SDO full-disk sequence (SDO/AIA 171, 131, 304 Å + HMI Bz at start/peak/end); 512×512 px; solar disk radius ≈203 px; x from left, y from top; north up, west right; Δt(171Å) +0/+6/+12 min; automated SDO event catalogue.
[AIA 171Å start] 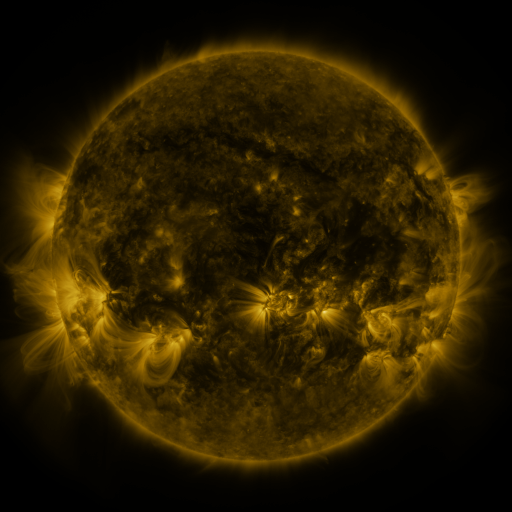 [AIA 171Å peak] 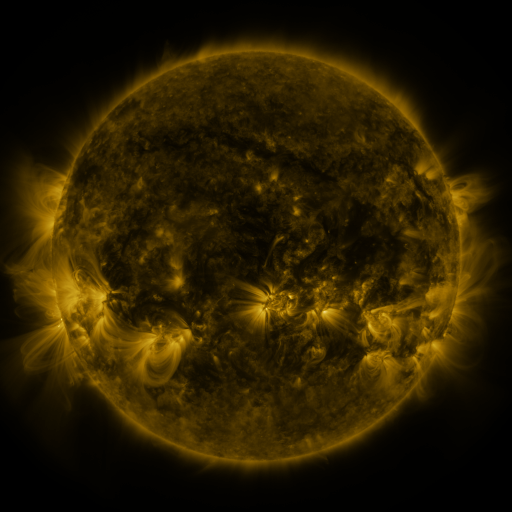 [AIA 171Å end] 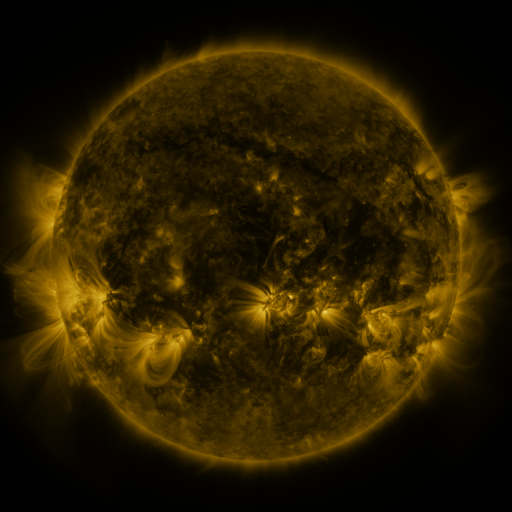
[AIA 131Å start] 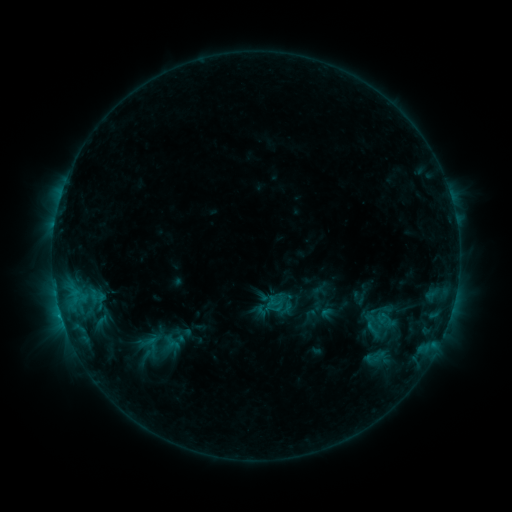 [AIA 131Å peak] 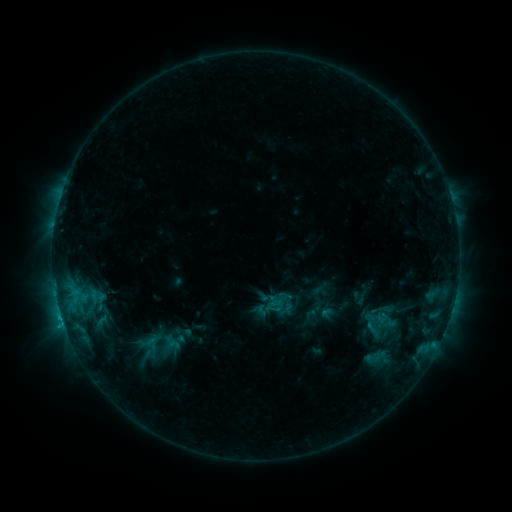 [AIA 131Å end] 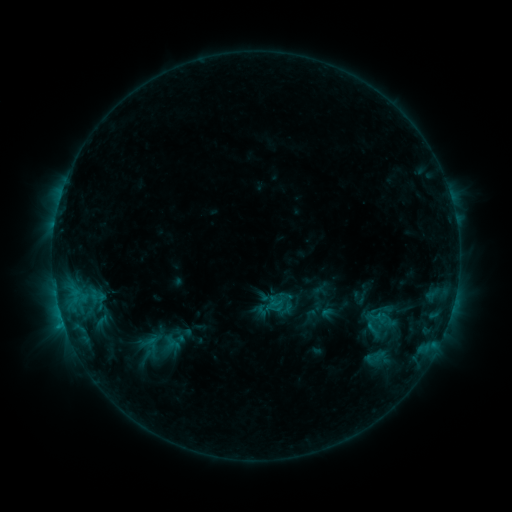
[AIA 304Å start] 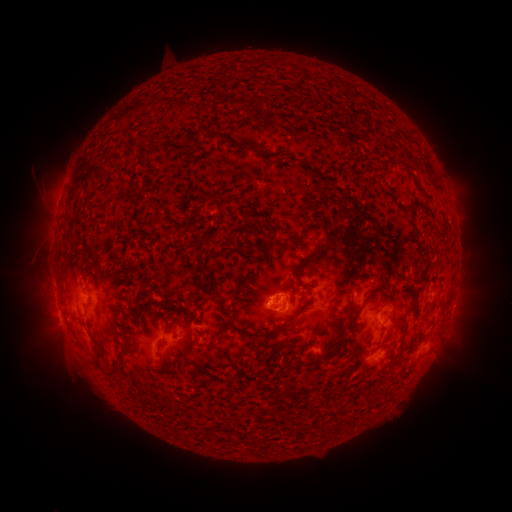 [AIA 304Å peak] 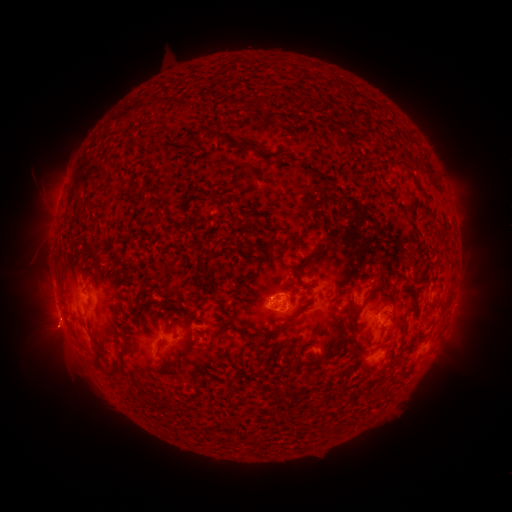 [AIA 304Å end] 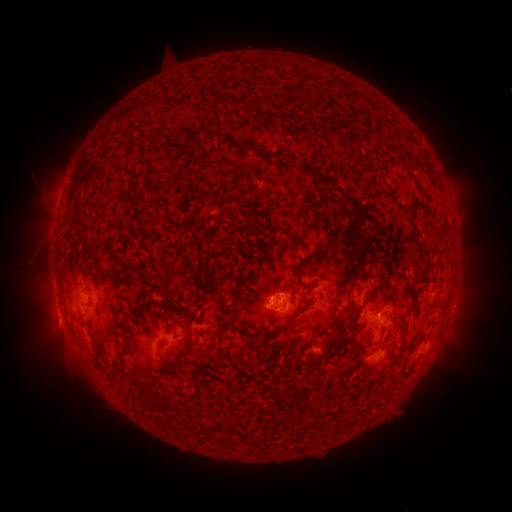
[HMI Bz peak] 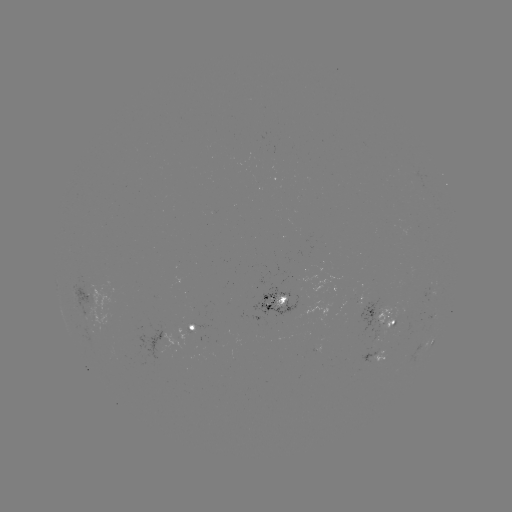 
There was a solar eruption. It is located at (54, 337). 